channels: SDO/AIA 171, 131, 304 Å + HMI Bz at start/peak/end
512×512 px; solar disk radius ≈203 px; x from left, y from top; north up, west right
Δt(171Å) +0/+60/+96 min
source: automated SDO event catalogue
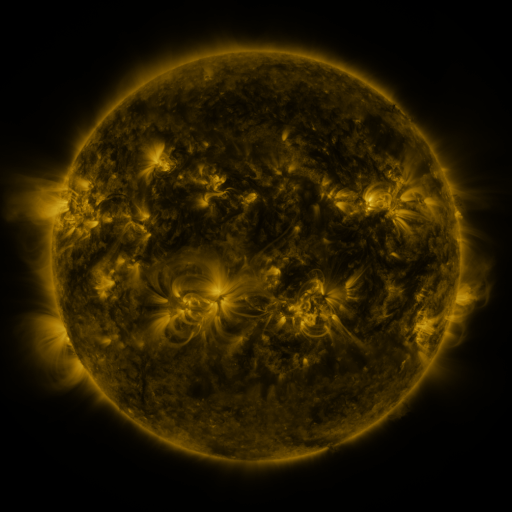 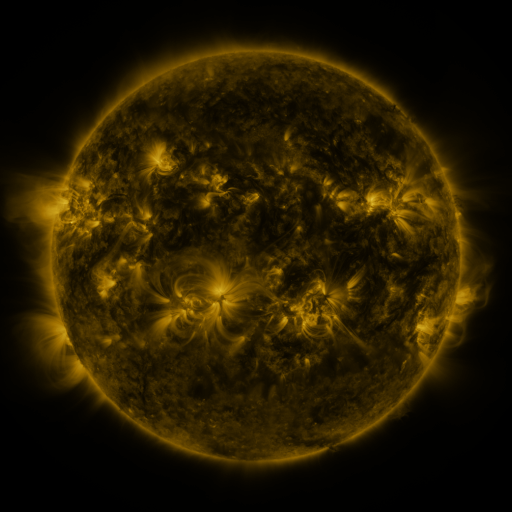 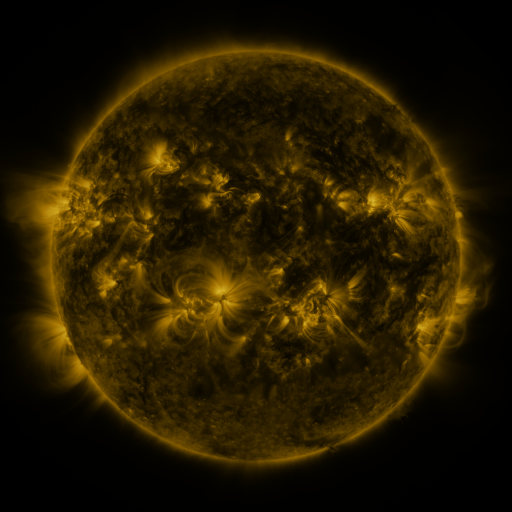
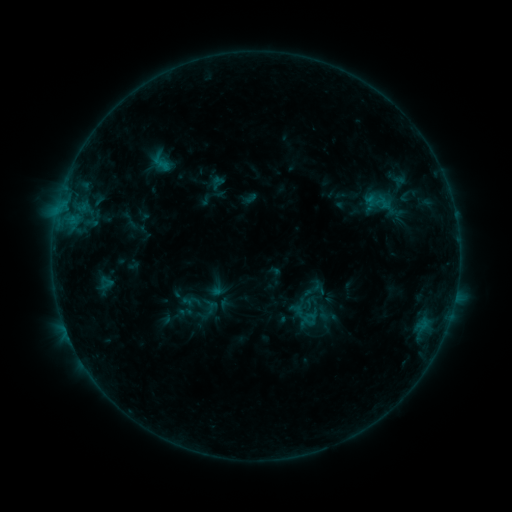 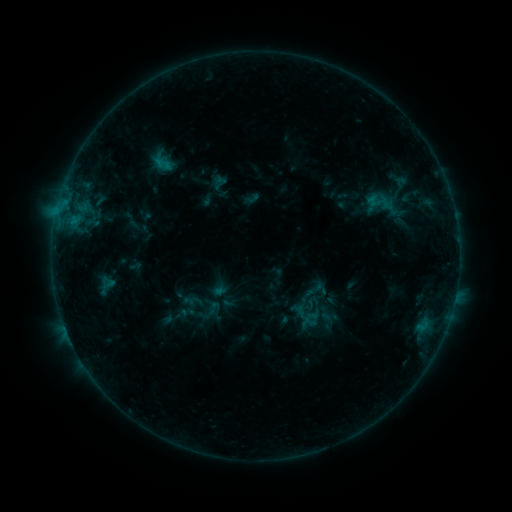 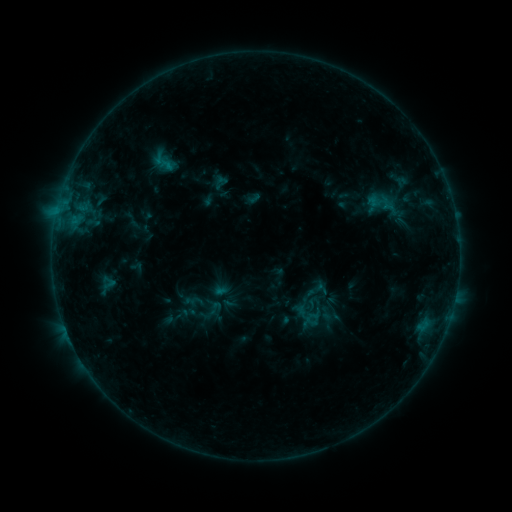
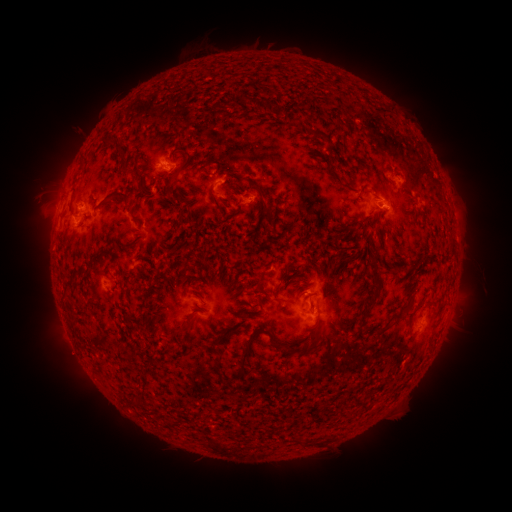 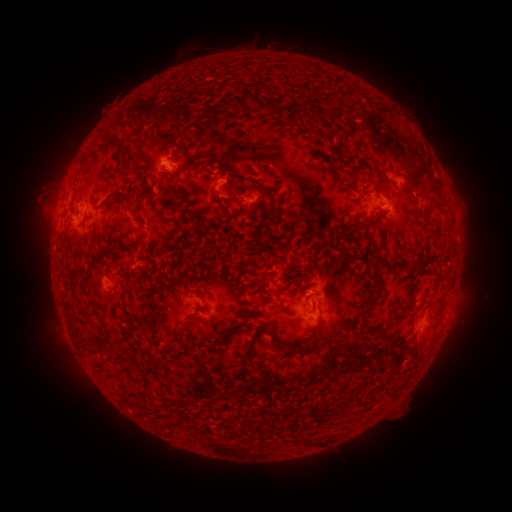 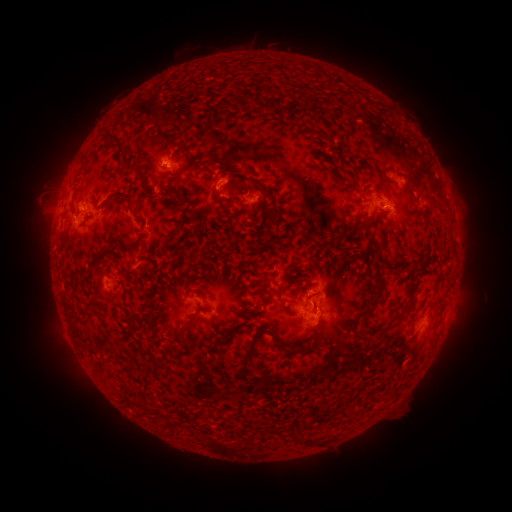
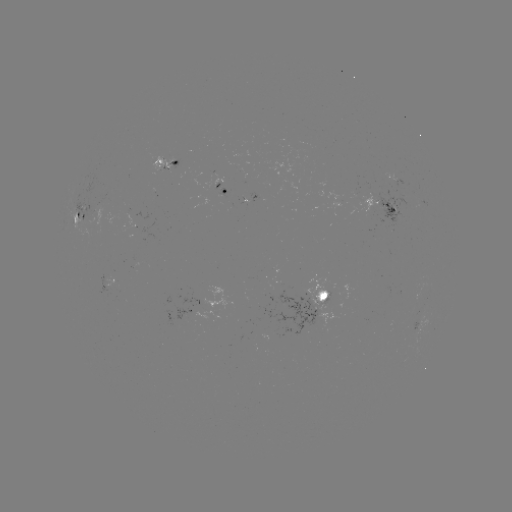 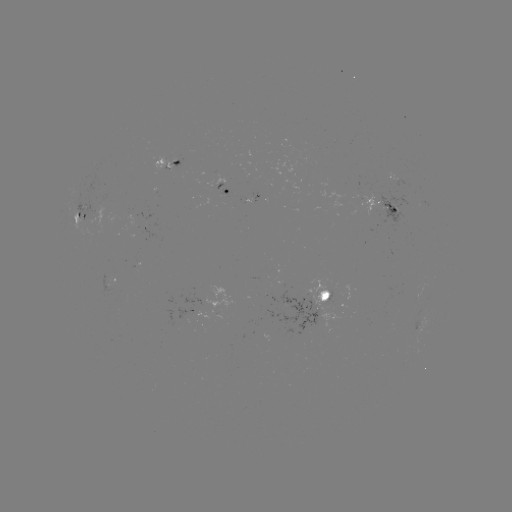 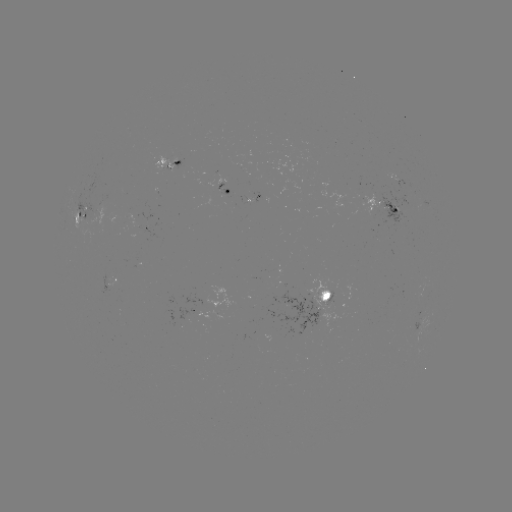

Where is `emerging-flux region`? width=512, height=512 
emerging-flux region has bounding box [82, 199, 96, 225].